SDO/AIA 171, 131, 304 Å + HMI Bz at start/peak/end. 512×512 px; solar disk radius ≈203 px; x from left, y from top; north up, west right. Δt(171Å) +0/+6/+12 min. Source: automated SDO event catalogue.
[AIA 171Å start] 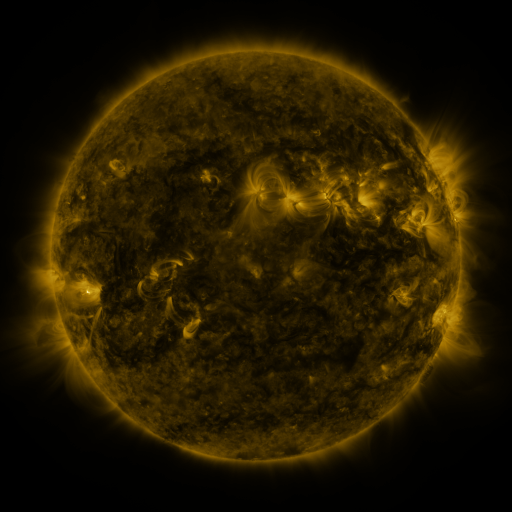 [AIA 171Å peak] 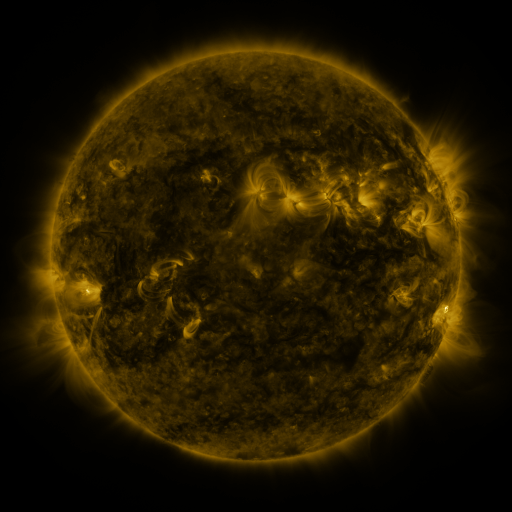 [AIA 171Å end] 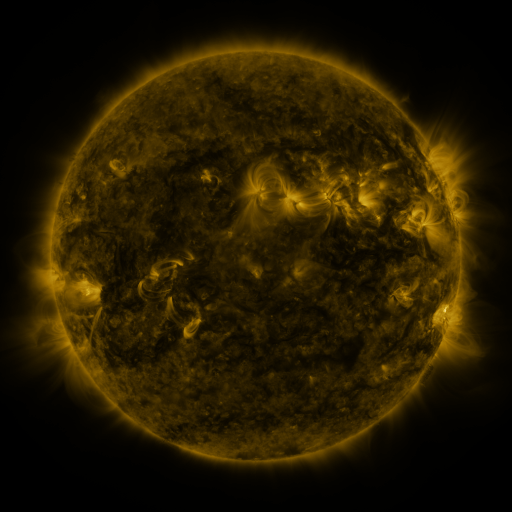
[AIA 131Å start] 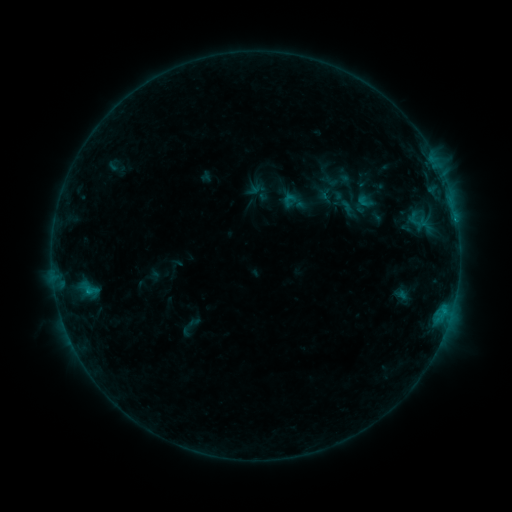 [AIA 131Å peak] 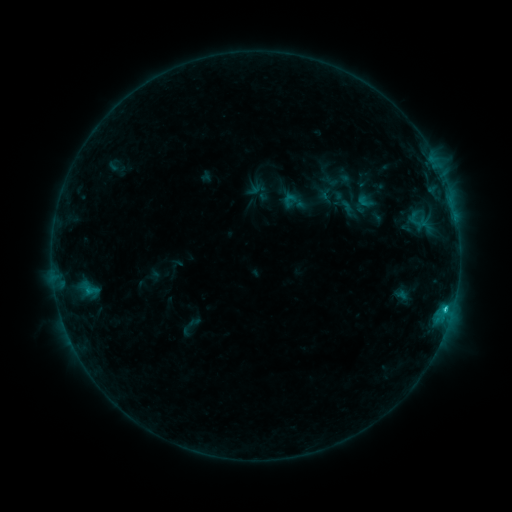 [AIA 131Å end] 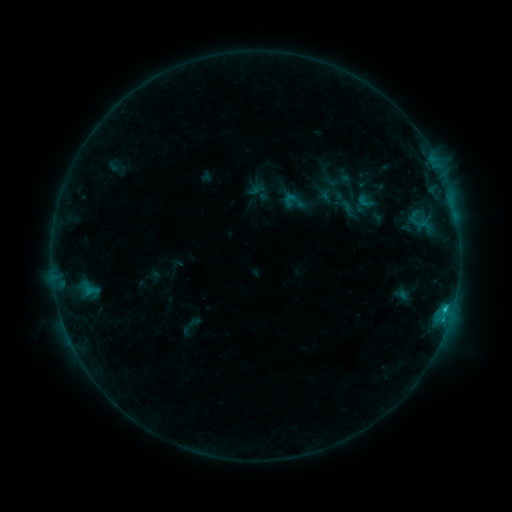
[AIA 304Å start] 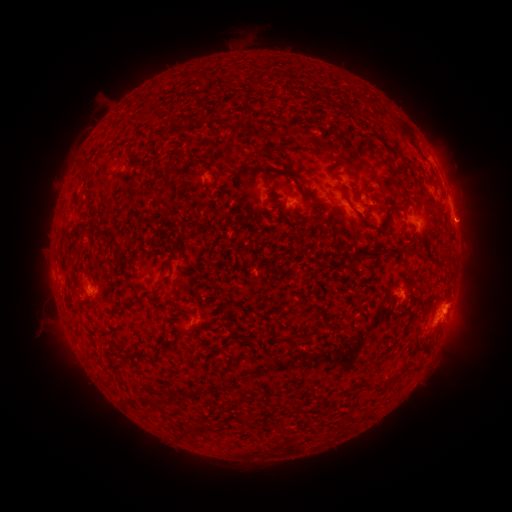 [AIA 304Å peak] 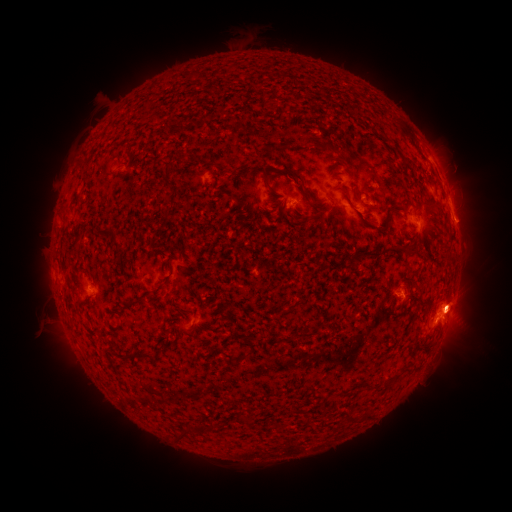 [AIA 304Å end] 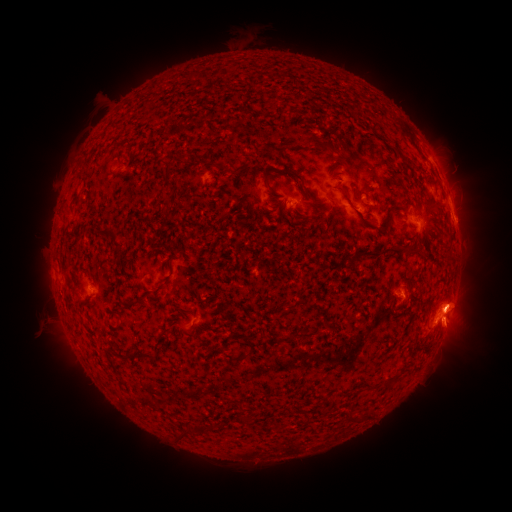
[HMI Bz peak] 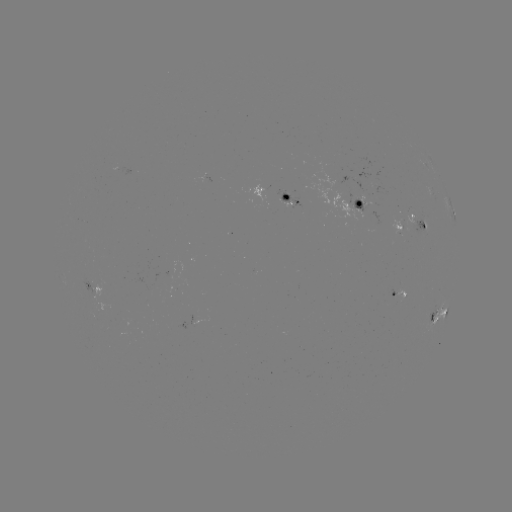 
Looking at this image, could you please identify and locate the C1.4 flare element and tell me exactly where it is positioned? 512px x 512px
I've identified C1.4 flare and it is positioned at [445, 309].